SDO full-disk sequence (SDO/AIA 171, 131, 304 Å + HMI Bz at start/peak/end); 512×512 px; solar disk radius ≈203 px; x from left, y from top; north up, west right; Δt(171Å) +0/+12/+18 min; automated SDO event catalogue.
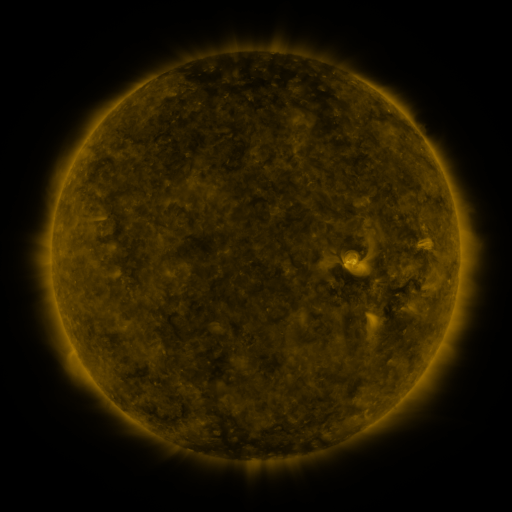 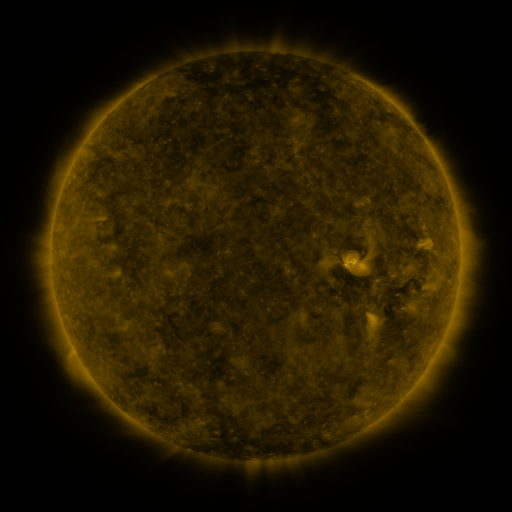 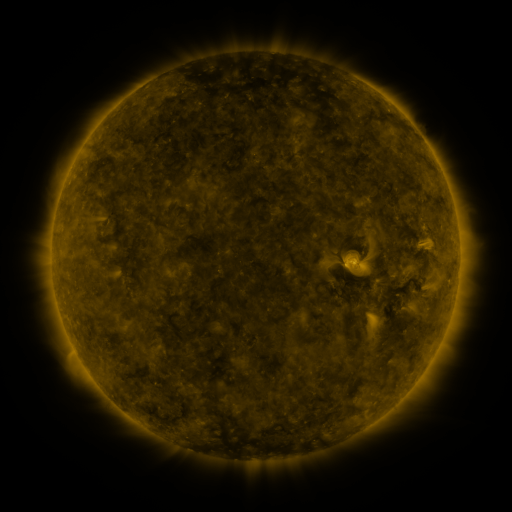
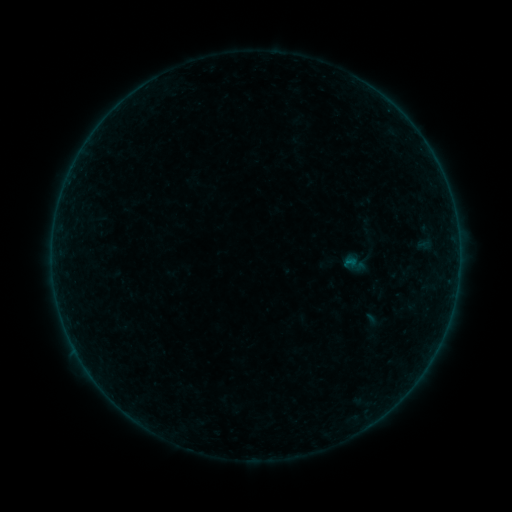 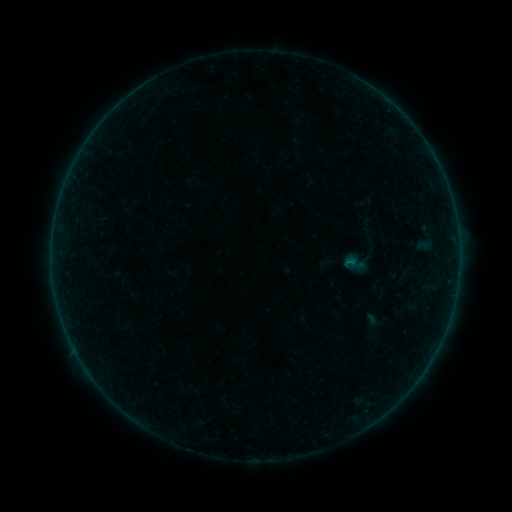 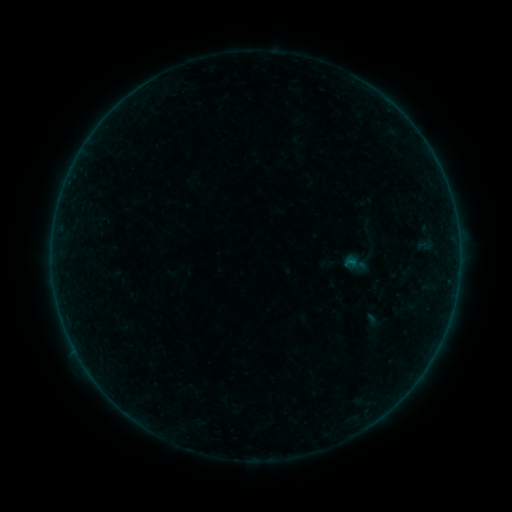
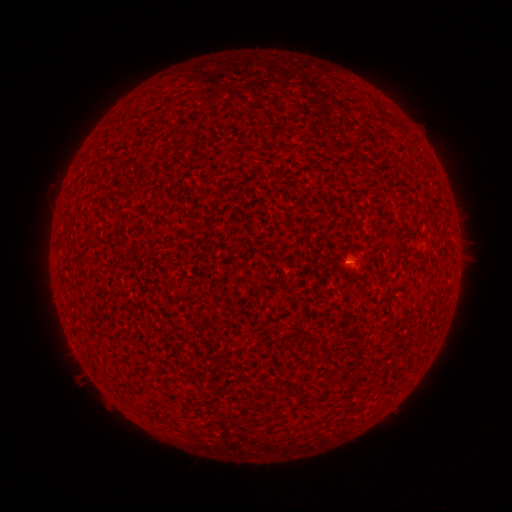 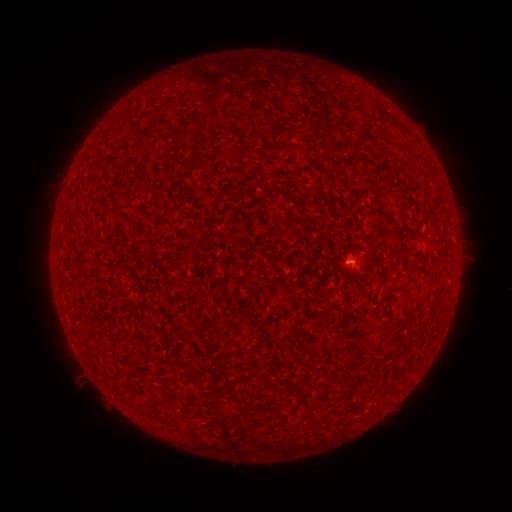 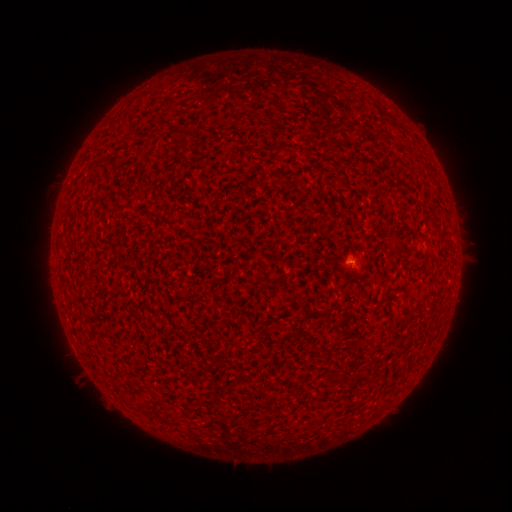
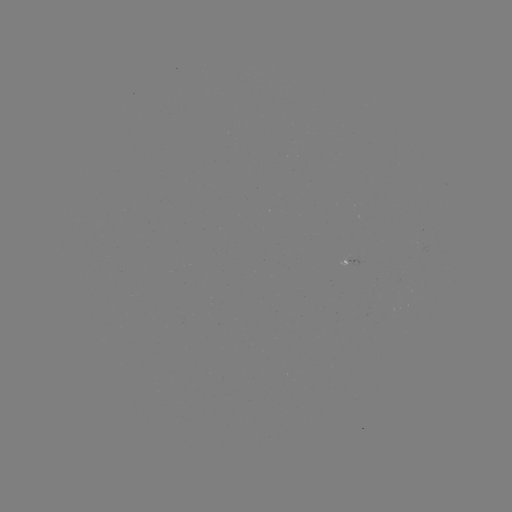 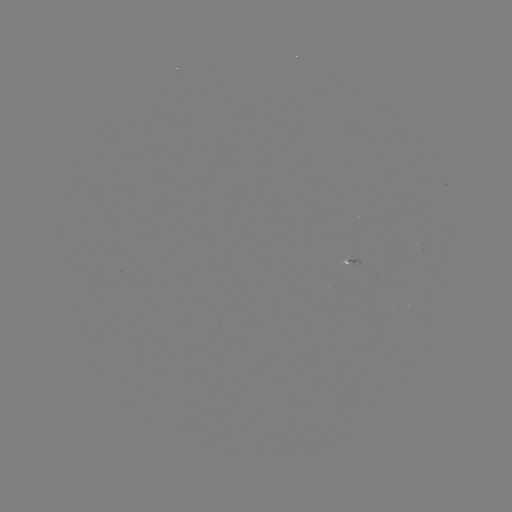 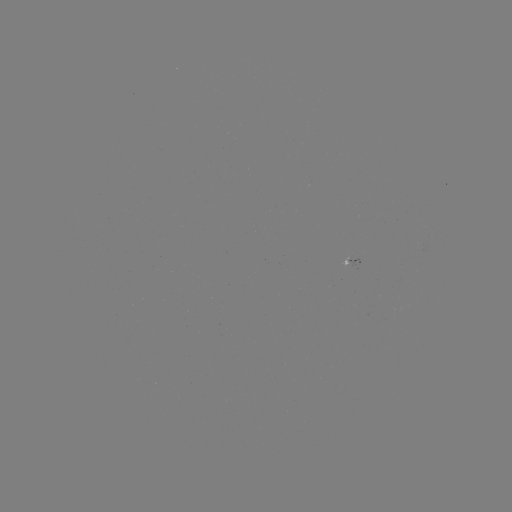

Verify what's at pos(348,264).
A6.2 flare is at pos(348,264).